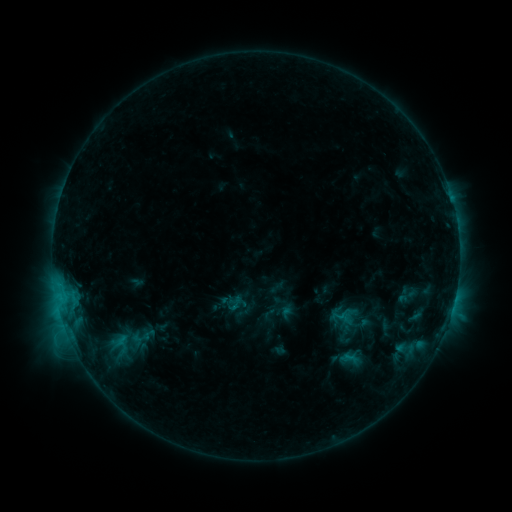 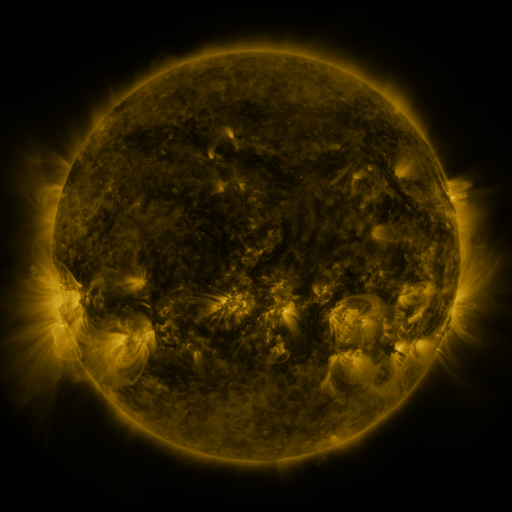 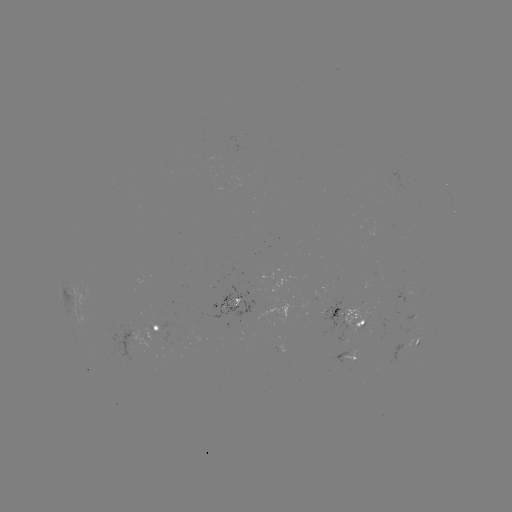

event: sigmoid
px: (235, 304)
